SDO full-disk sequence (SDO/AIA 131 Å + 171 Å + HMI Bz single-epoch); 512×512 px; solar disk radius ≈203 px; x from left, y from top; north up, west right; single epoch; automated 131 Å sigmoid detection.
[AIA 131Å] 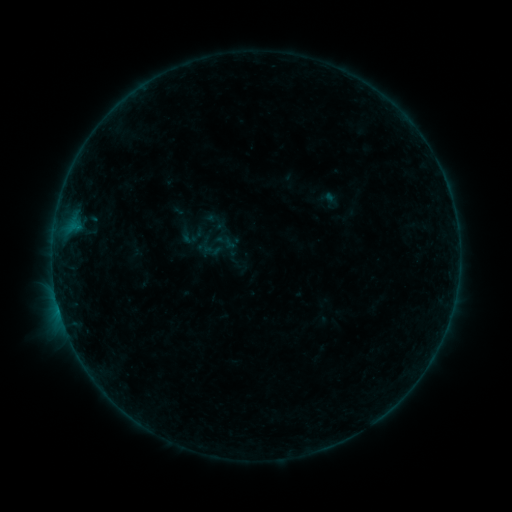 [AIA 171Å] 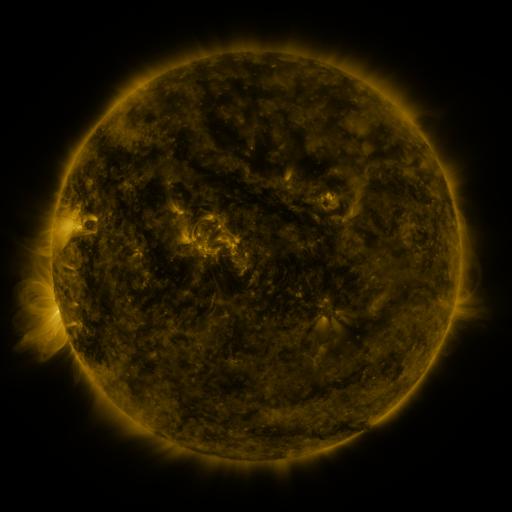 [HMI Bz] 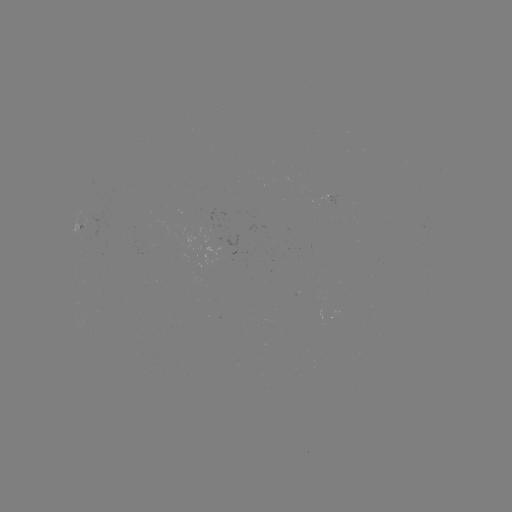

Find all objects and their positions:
sigmoid: <bbox>211, 228, 238, 256</bbox>
